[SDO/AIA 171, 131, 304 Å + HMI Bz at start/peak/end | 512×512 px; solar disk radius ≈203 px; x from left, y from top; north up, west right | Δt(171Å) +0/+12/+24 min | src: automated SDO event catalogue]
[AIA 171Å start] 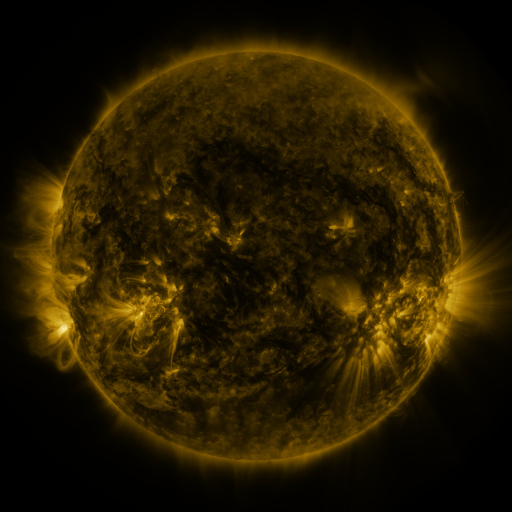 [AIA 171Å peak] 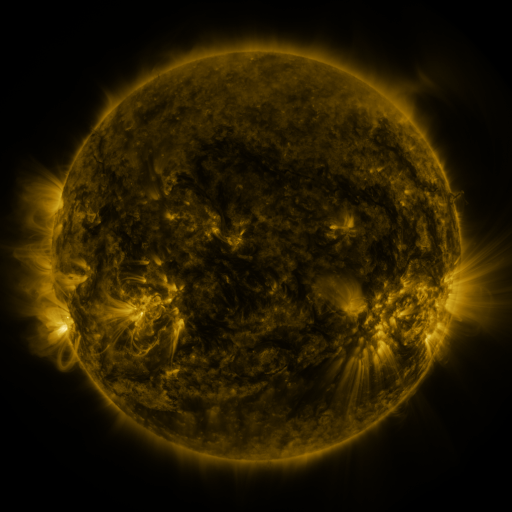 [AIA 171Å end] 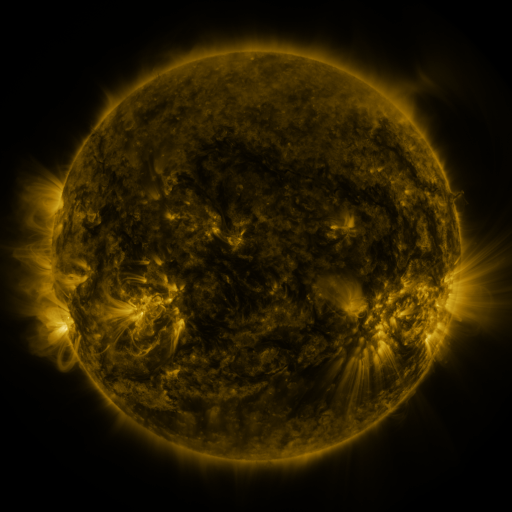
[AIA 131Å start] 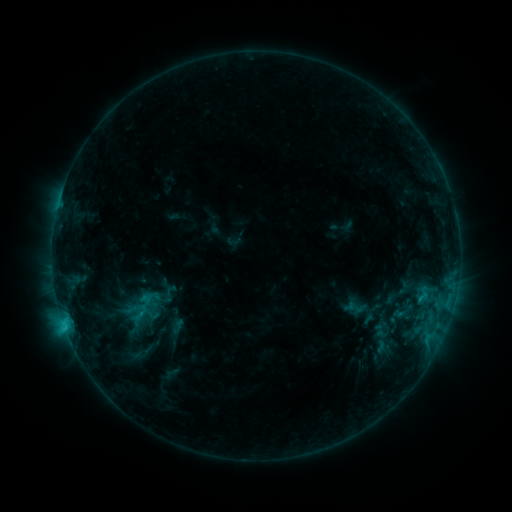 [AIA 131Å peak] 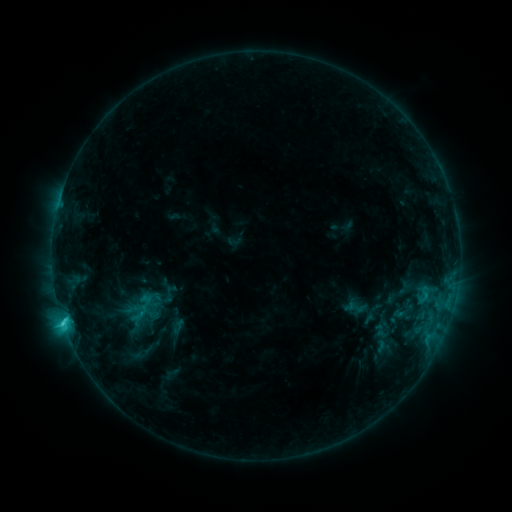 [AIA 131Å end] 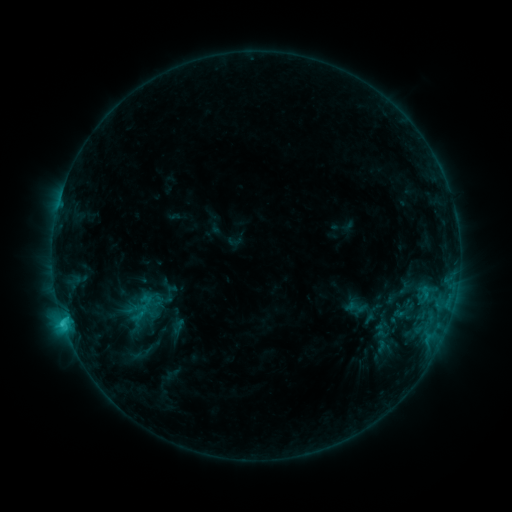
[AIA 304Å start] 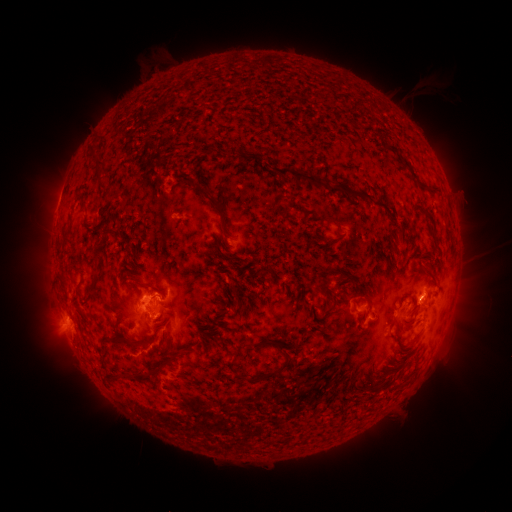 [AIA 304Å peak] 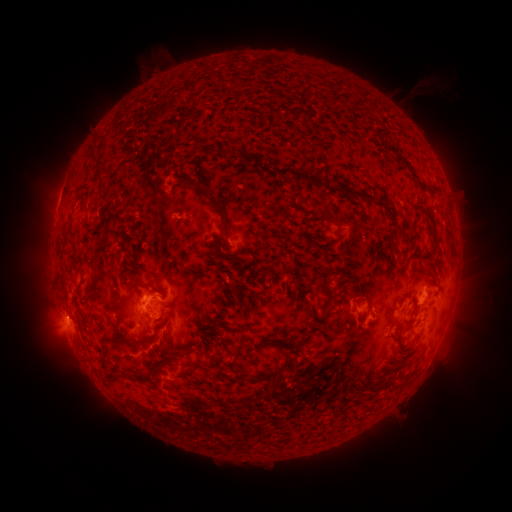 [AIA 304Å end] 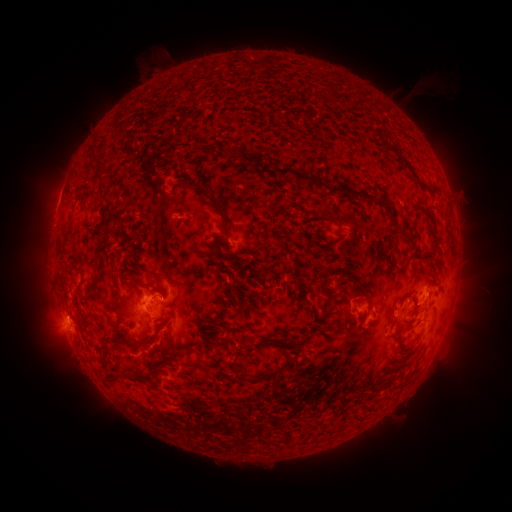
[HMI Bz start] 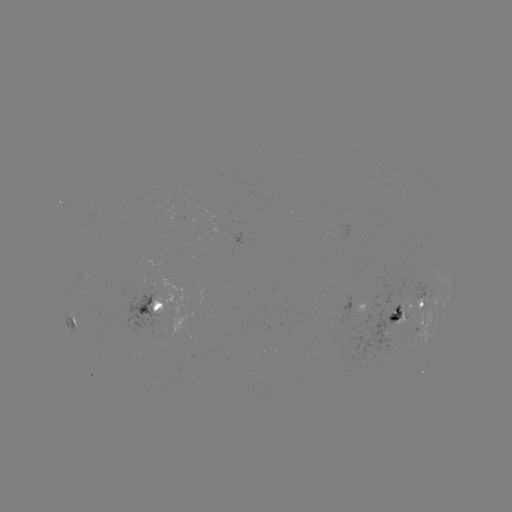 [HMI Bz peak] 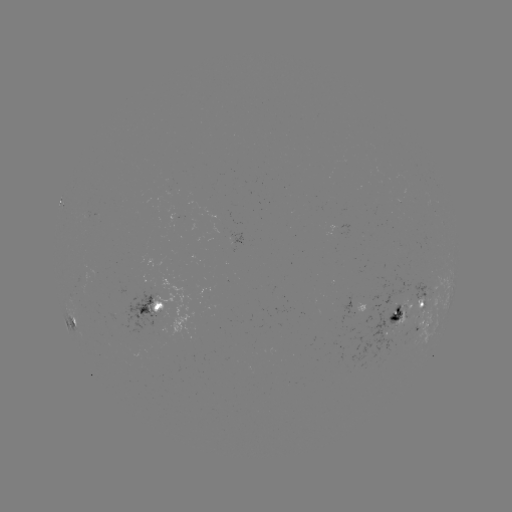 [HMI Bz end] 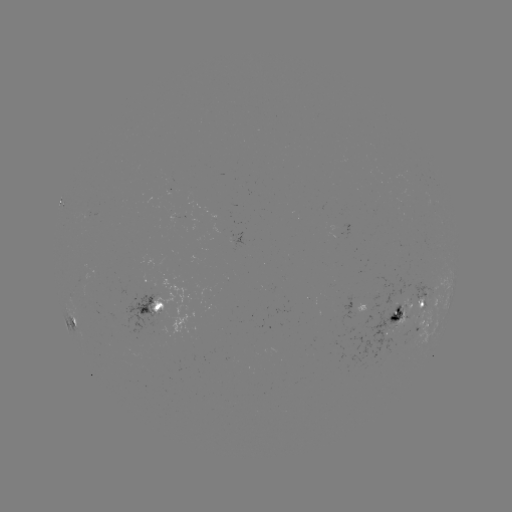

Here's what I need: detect C2.3 flare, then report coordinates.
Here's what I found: C2.3 flare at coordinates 65,319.